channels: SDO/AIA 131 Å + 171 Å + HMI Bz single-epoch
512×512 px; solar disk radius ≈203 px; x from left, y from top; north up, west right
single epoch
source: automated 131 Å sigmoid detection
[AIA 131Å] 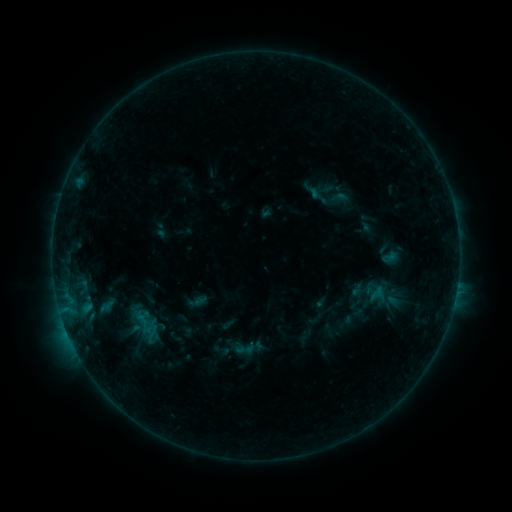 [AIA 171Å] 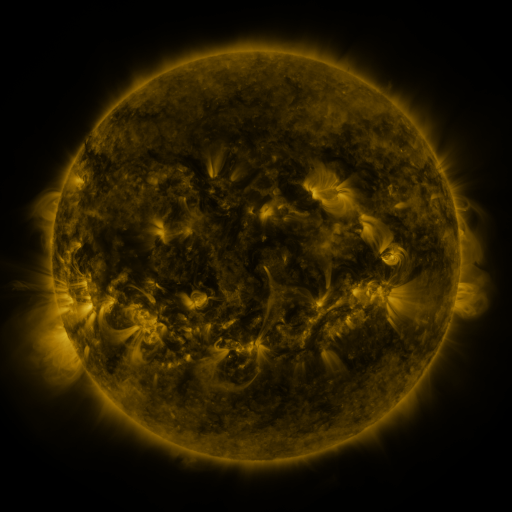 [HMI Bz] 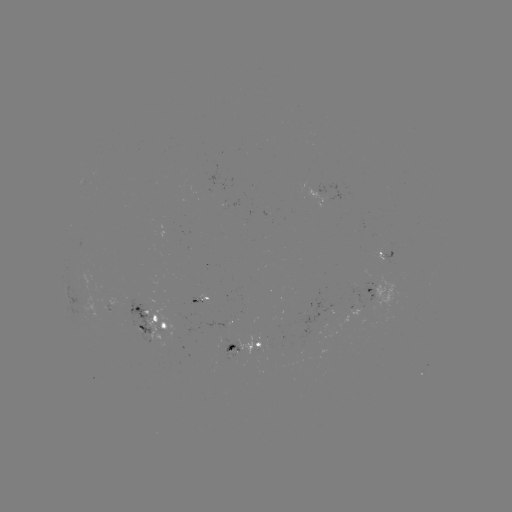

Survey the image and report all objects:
sigmoid: <bbox>233, 337, 257, 359</bbox>
